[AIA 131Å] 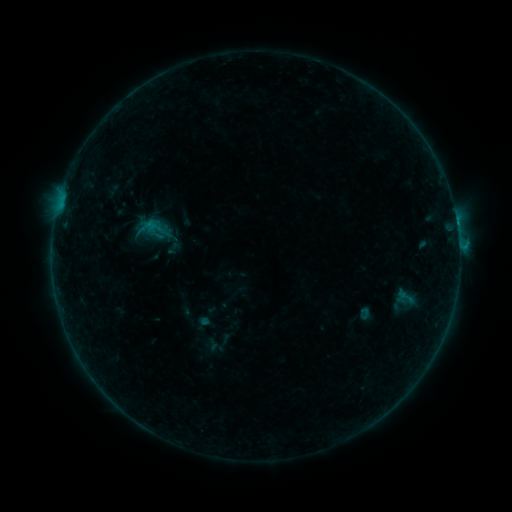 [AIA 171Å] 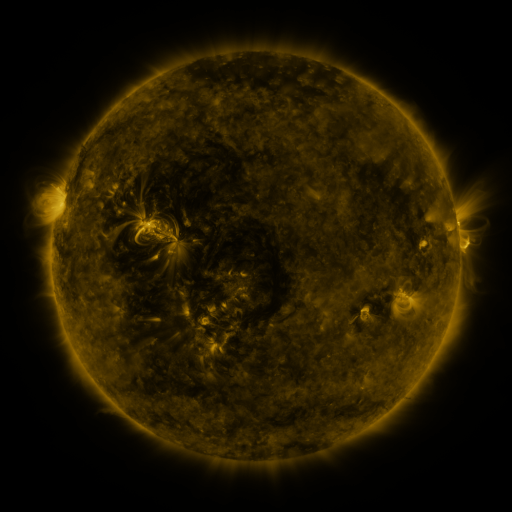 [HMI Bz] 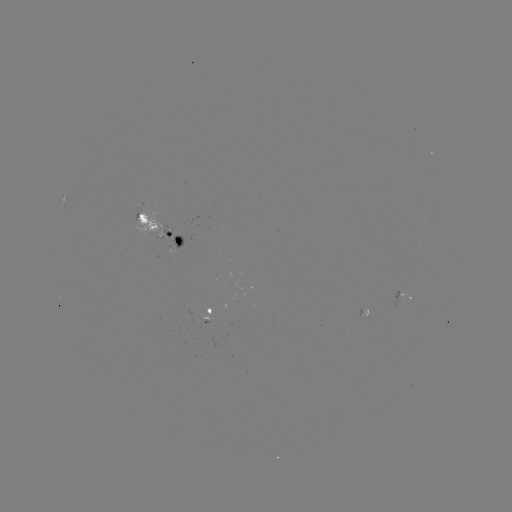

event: sigmoid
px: (173, 248)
